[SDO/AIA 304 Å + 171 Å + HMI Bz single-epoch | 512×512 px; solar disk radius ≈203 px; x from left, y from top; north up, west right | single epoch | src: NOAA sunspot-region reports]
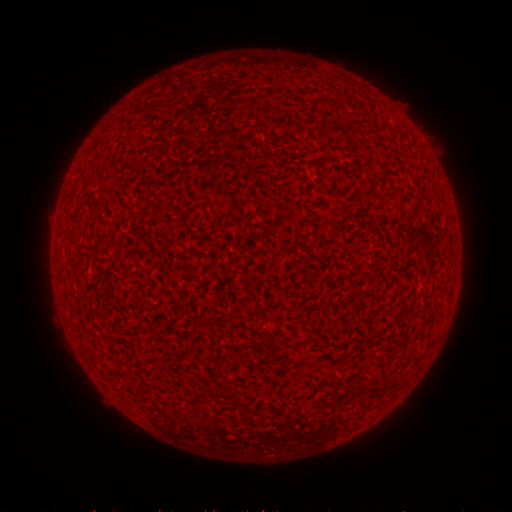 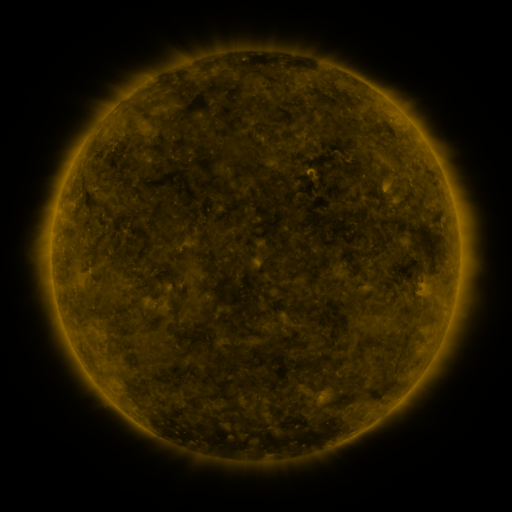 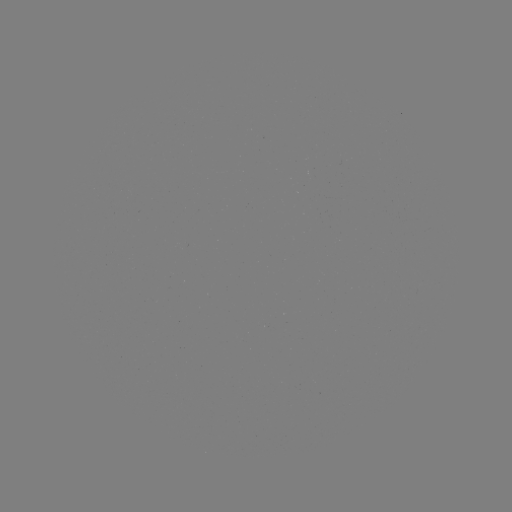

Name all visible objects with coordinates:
(none)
